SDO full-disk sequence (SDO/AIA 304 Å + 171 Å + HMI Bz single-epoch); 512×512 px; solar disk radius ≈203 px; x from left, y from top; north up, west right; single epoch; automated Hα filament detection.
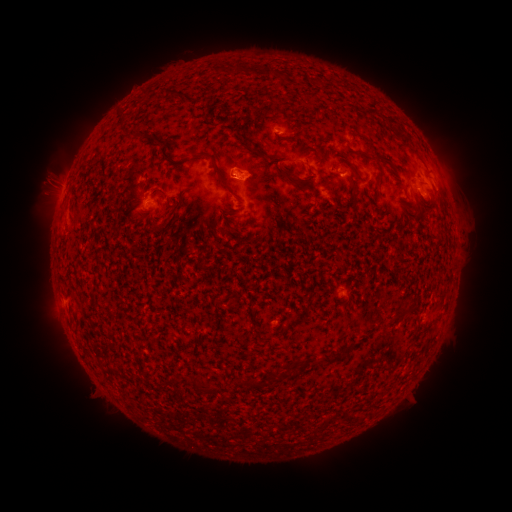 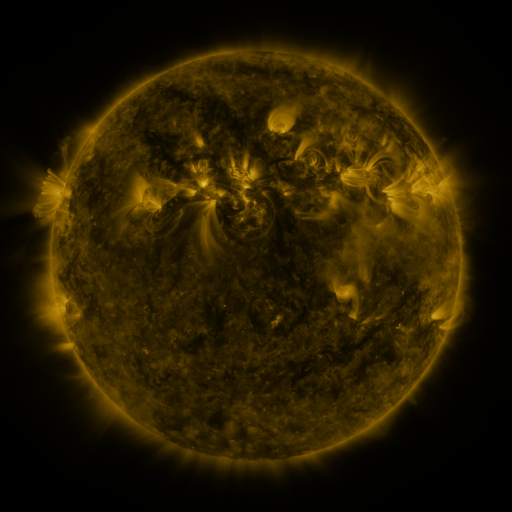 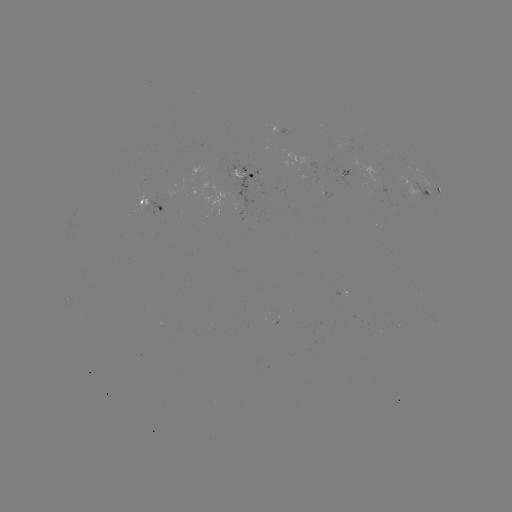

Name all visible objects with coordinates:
filament: <bbox>136, 129, 148, 139</bbox>
filament: <bbox>396, 131, 415, 147</bbox>
filament: <bbox>315, 147, 324, 158</bbox>
filament: <bbox>195, 149, 214, 159</bbox>
filament: <bbox>270, 151, 284, 163</bbox>
filament: <bbox>353, 151, 370, 158</bbox>
filament: <bbox>375, 157, 393, 191</bbox>
filament: <bbox>279, 165, 301, 188</bbox>
filament: <bbox>215, 168, 228, 187</bbox>
filament: <bbox>217, 225, 232, 234</bbox>
filament: <bbox>216, 296, 226, 305</bbox>
filament: <bbox>393, 307, 411, 321</bbox>
filament: <bbox>254, 329, 271, 342</bbox>
filament: <bbox>343, 345, 353, 353</bbox>
filament: <bbox>318, 351, 341, 365</bbox>
filament: <bbox>170, 374, 180, 384</bbox>
filament: <bbox>238, 379, 255, 388</bbox>
